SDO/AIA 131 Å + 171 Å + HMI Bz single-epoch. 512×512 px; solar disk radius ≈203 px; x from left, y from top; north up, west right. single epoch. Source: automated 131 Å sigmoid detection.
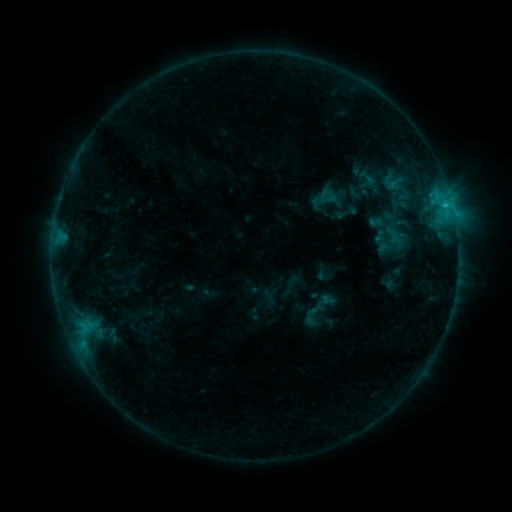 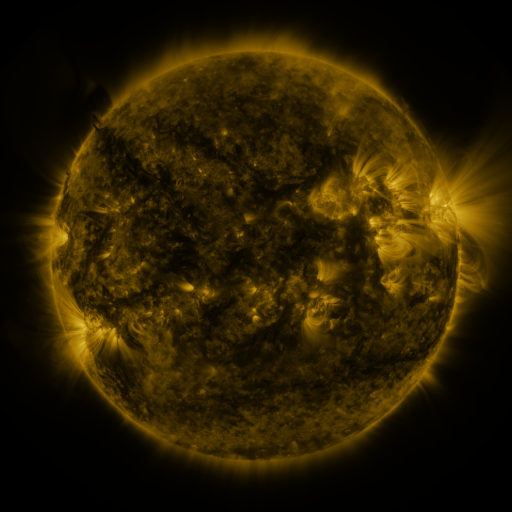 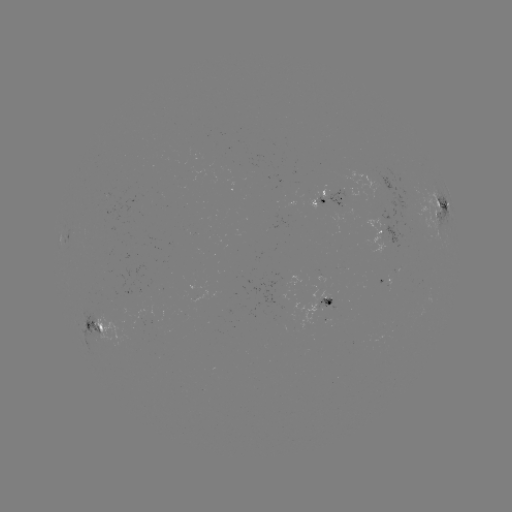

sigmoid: (309, 292, 333, 315)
